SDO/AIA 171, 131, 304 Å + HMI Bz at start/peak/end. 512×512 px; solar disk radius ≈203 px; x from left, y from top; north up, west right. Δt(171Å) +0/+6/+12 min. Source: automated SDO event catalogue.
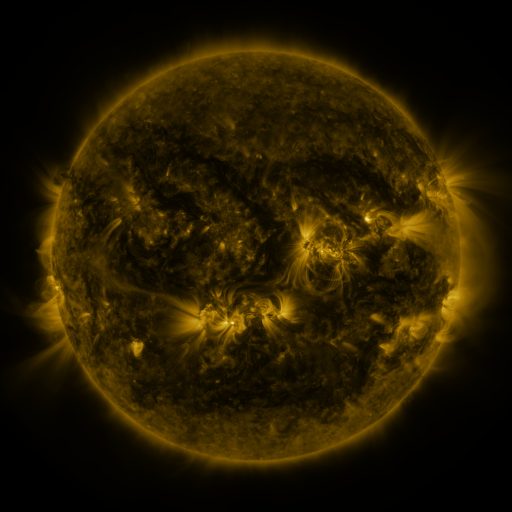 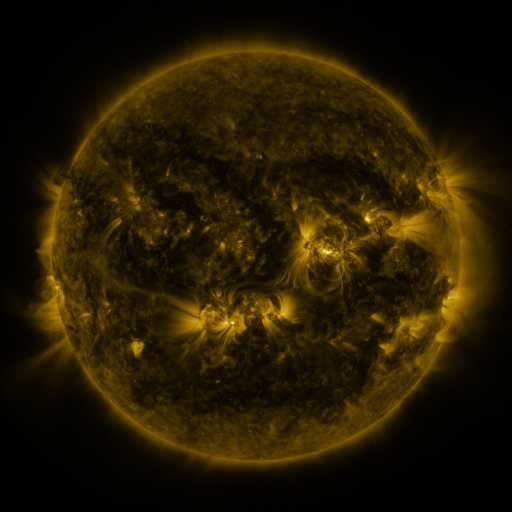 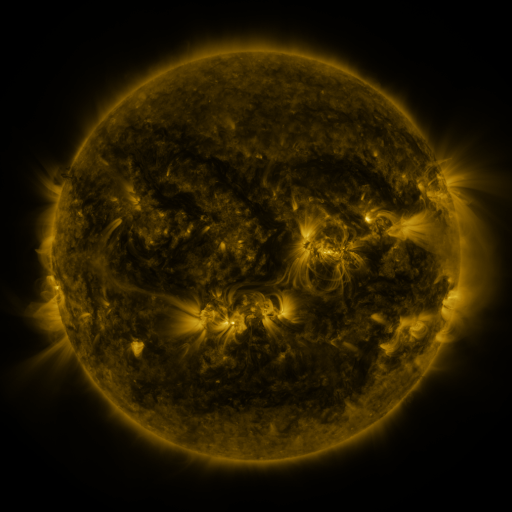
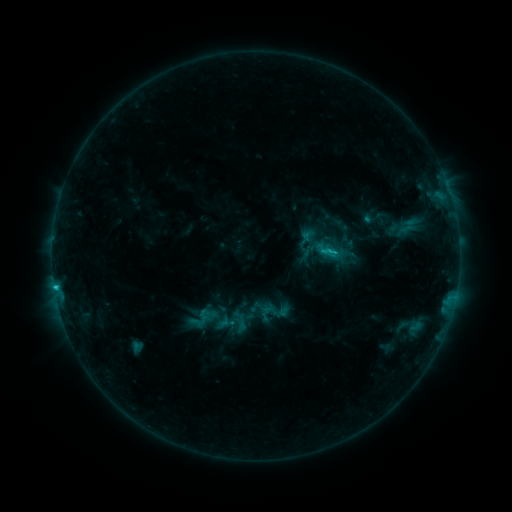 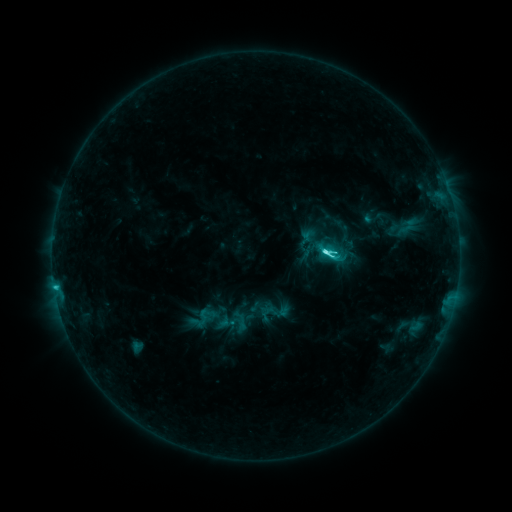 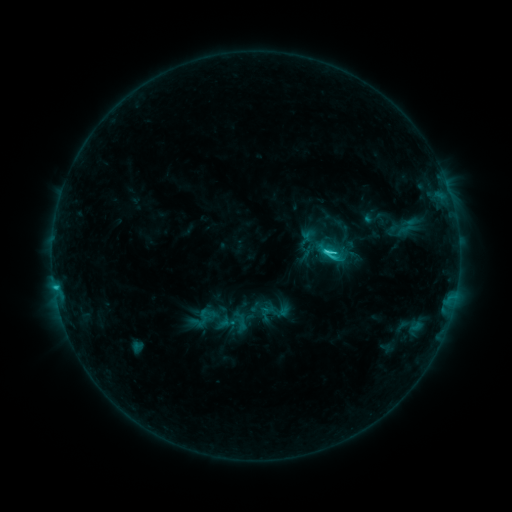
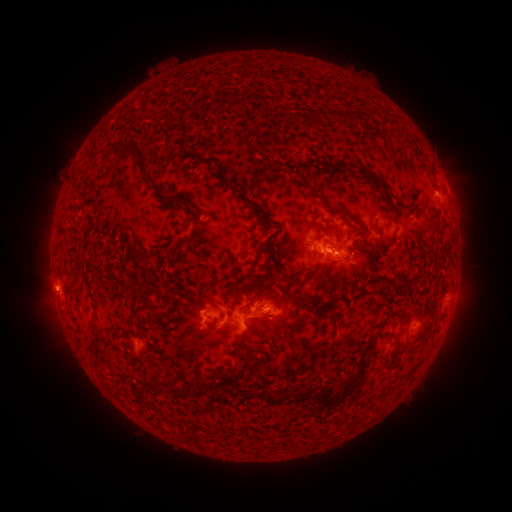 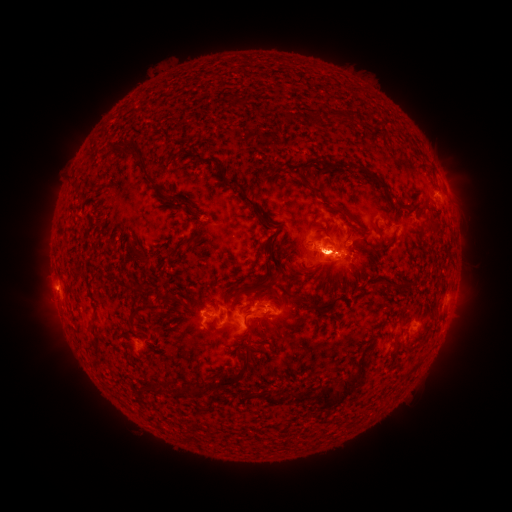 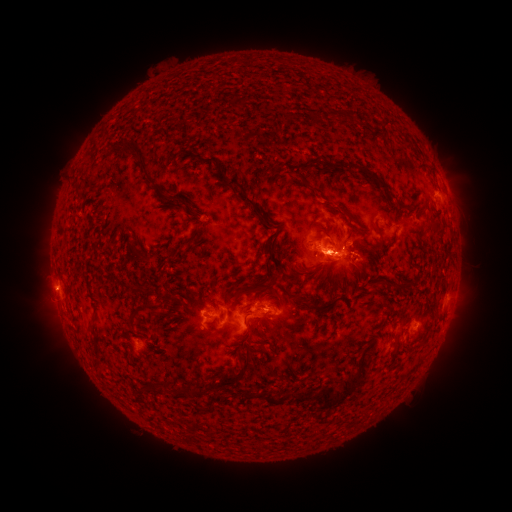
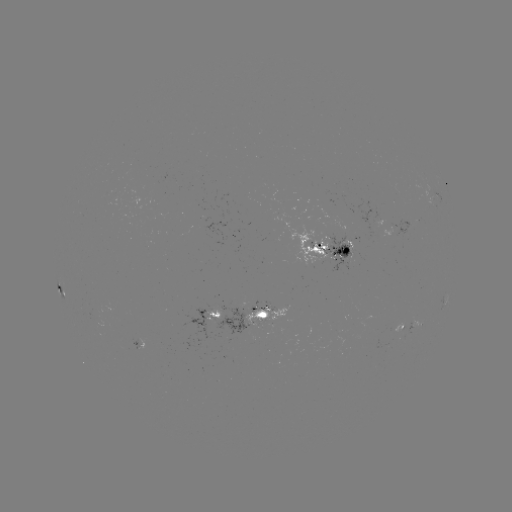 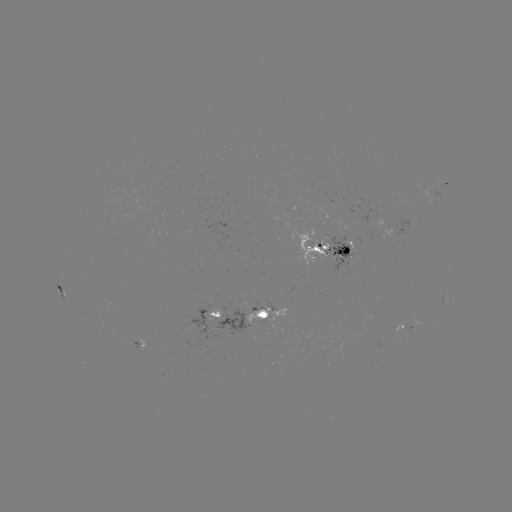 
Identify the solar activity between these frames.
C5.7 flare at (322, 255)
